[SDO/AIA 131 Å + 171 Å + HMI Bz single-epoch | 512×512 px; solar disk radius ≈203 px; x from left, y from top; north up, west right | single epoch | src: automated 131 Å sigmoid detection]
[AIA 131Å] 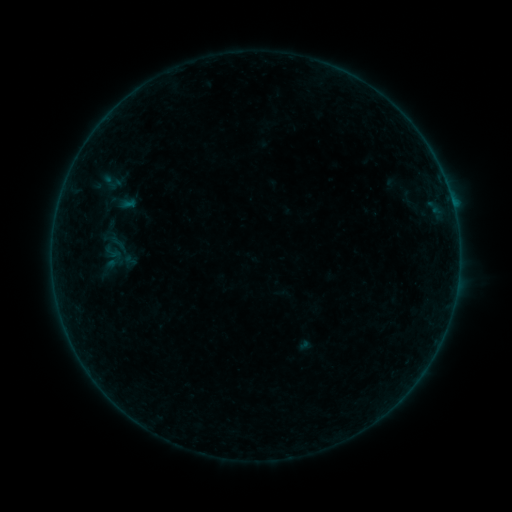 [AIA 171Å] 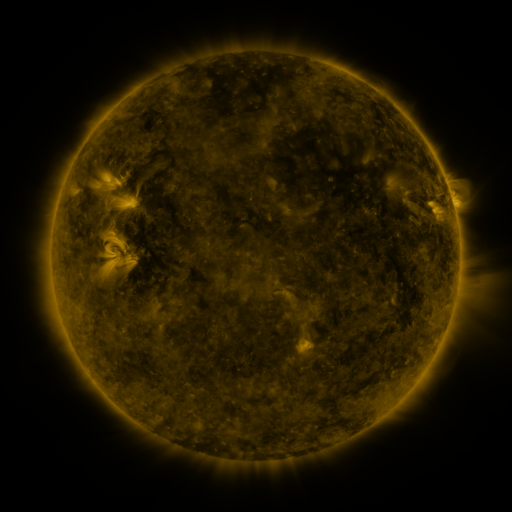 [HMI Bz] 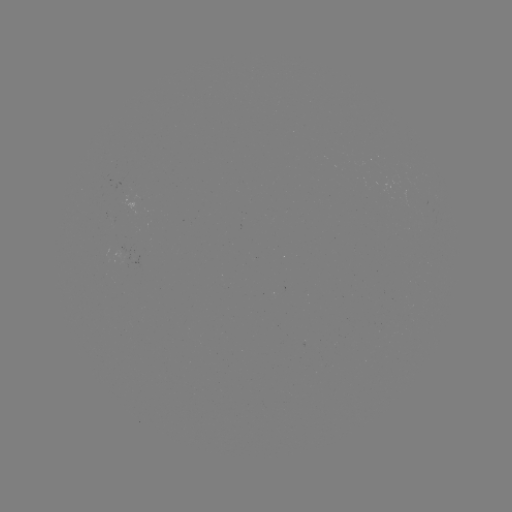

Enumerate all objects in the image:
sigmoid: (104, 171, 122, 191)
